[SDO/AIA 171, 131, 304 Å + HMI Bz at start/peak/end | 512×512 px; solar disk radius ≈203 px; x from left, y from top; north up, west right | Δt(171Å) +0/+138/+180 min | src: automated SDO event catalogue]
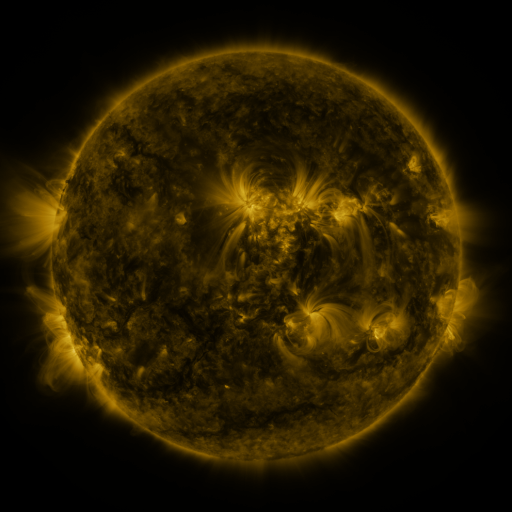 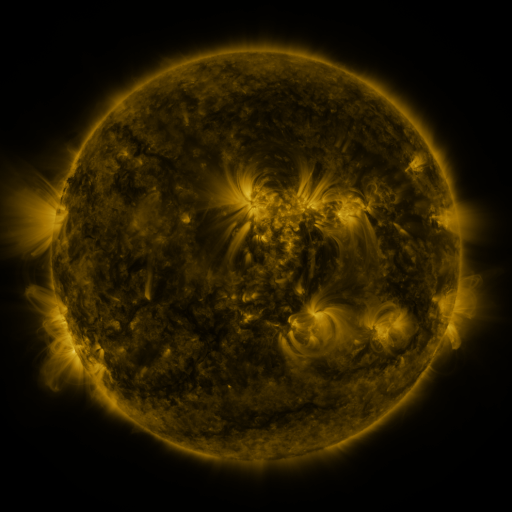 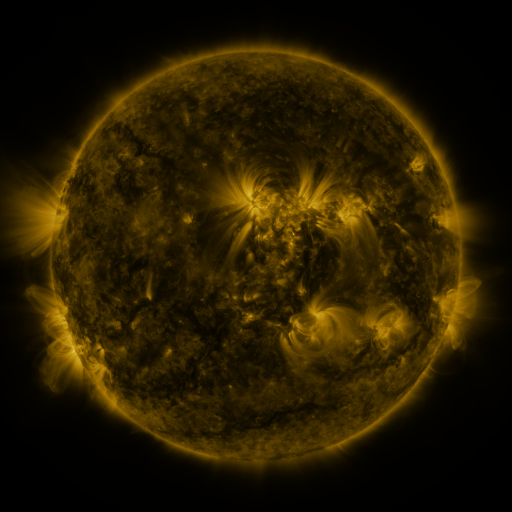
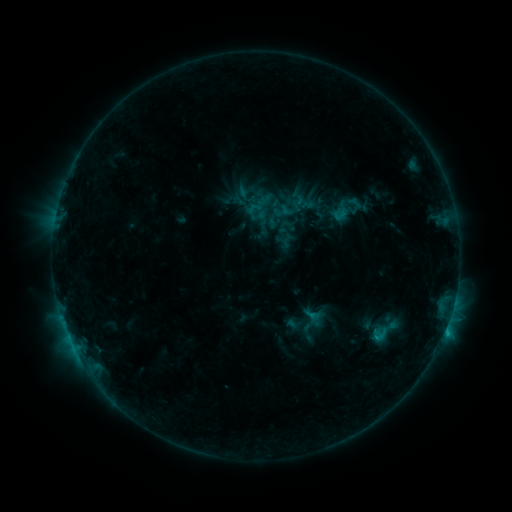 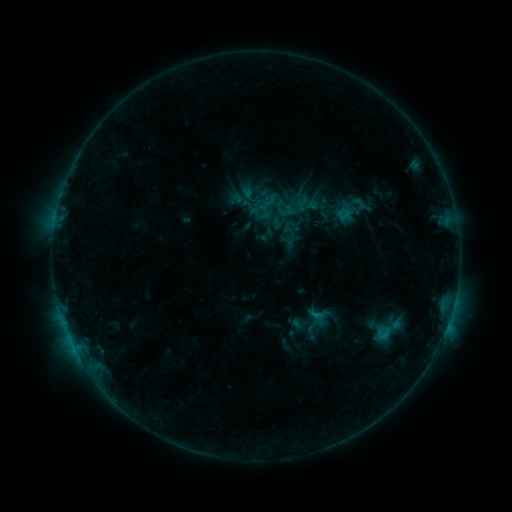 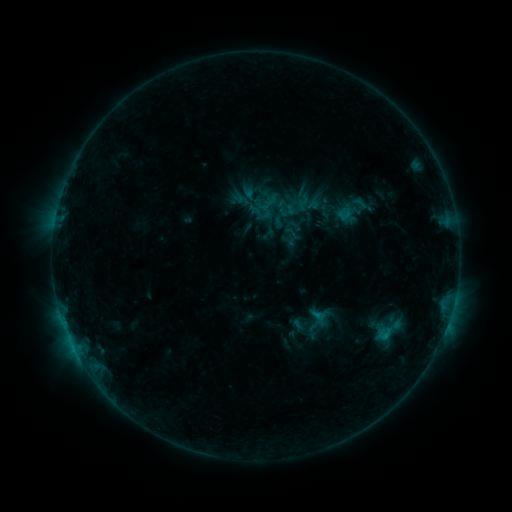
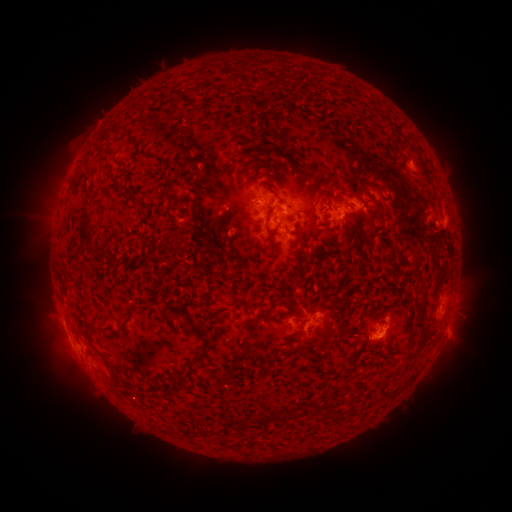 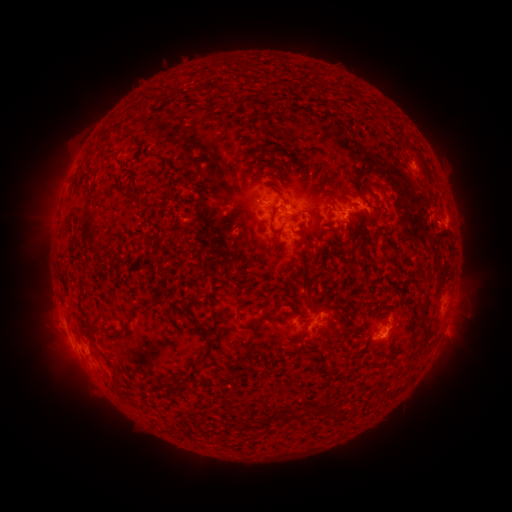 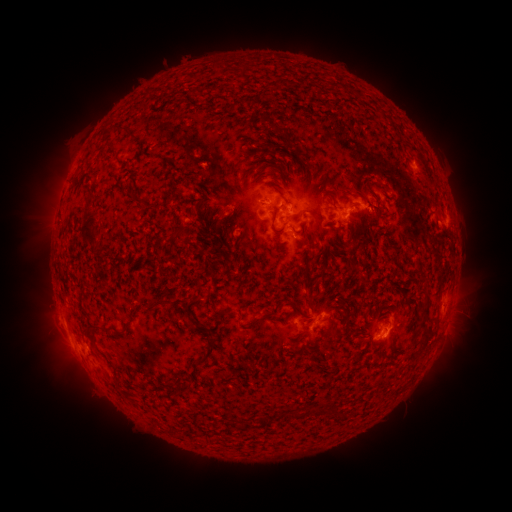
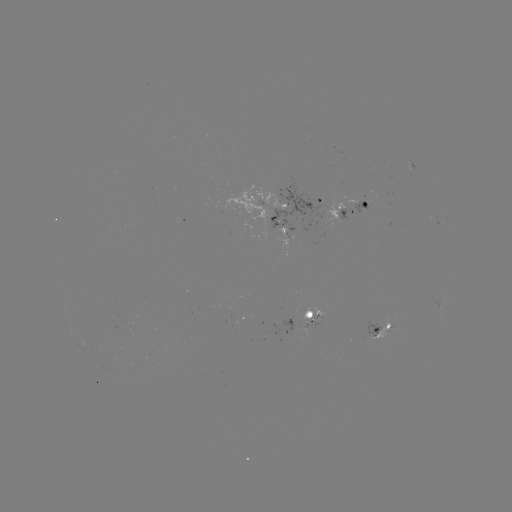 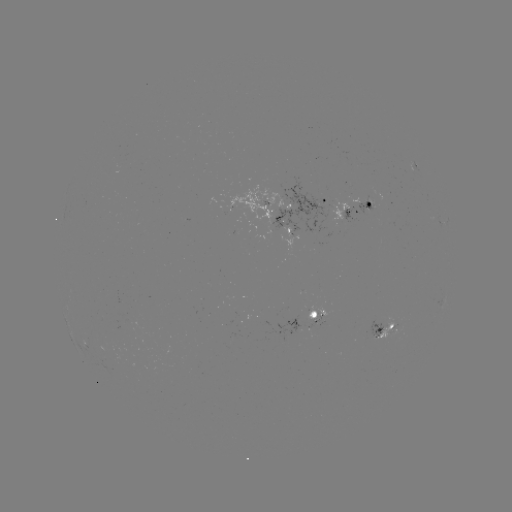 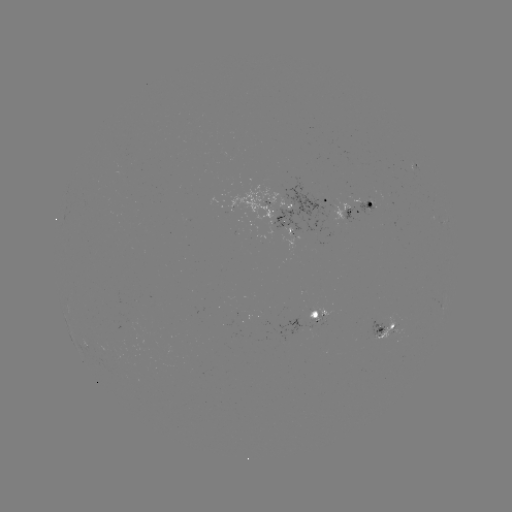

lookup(emerging-flux region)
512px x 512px (389, 331)